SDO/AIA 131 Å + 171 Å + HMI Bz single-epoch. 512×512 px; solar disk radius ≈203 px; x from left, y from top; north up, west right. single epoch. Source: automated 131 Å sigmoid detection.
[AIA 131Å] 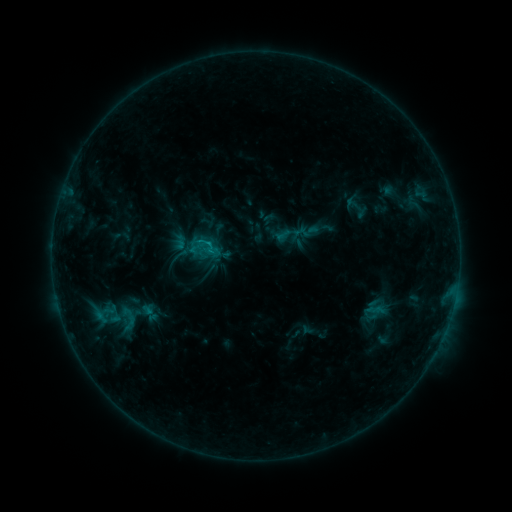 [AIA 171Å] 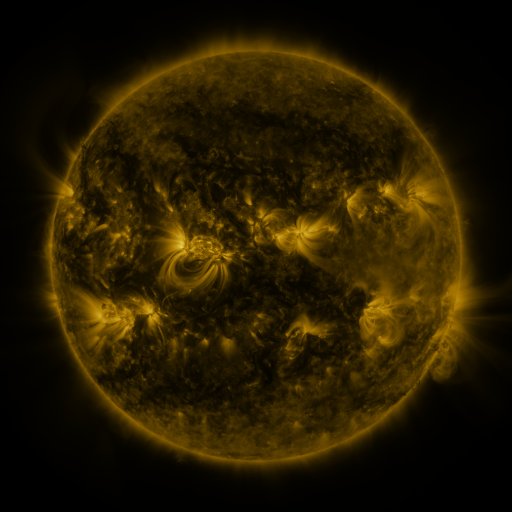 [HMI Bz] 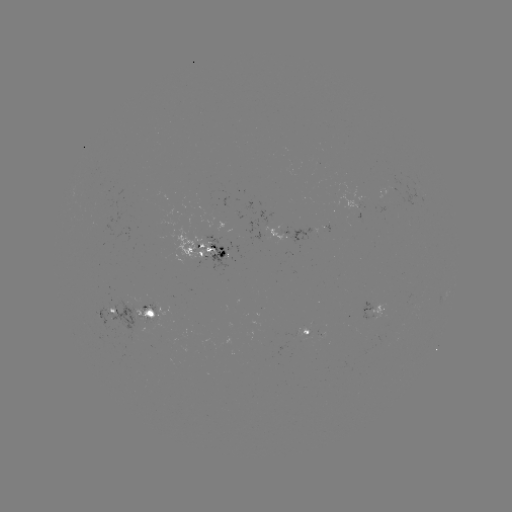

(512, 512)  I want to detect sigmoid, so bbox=[118, 313, 142, 333].